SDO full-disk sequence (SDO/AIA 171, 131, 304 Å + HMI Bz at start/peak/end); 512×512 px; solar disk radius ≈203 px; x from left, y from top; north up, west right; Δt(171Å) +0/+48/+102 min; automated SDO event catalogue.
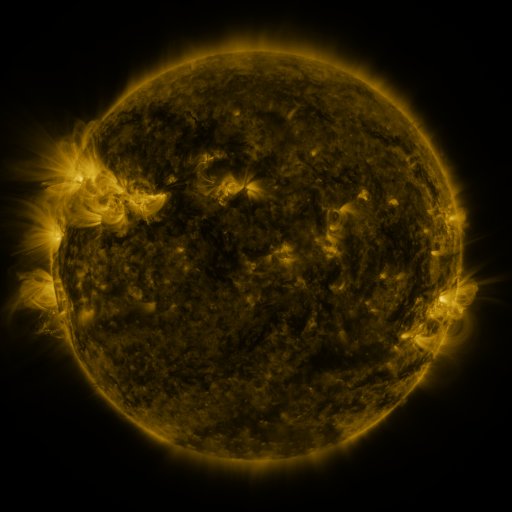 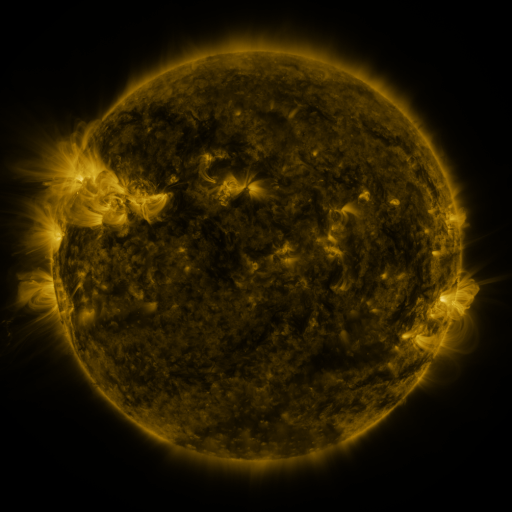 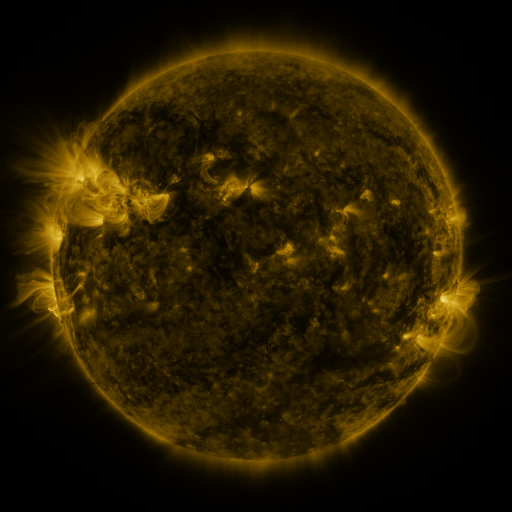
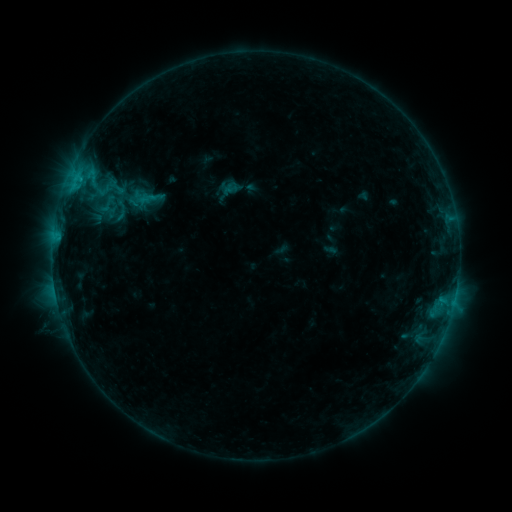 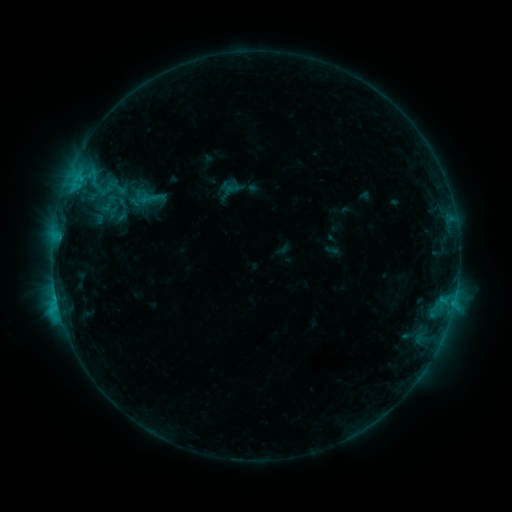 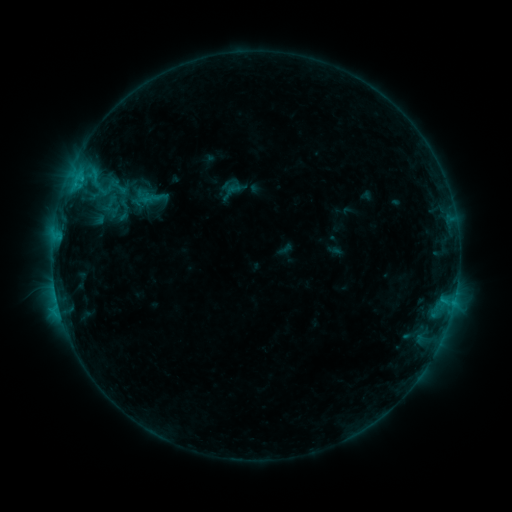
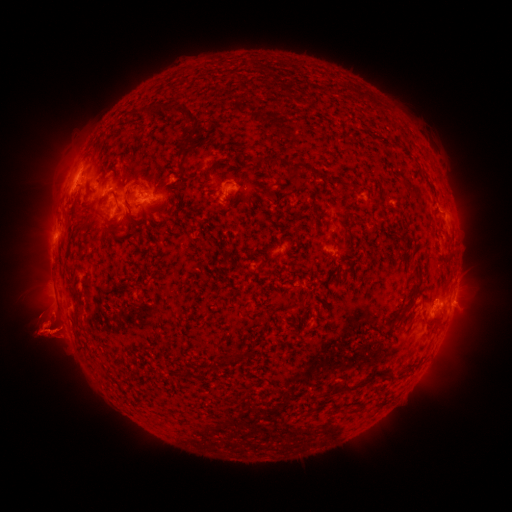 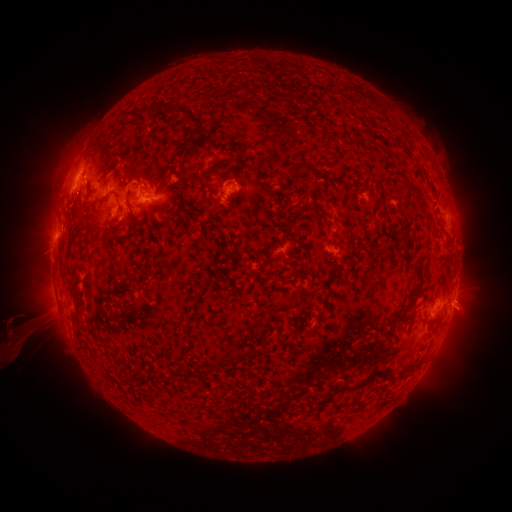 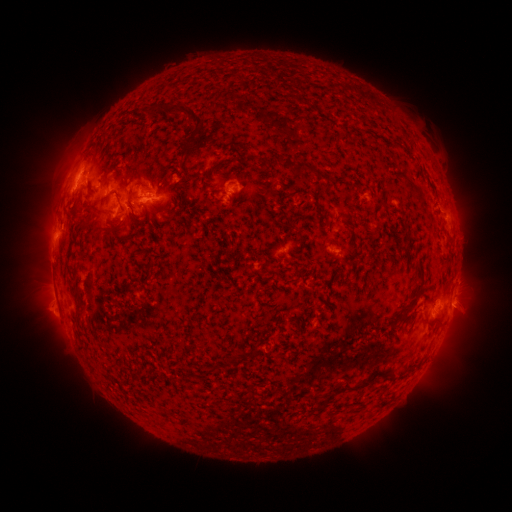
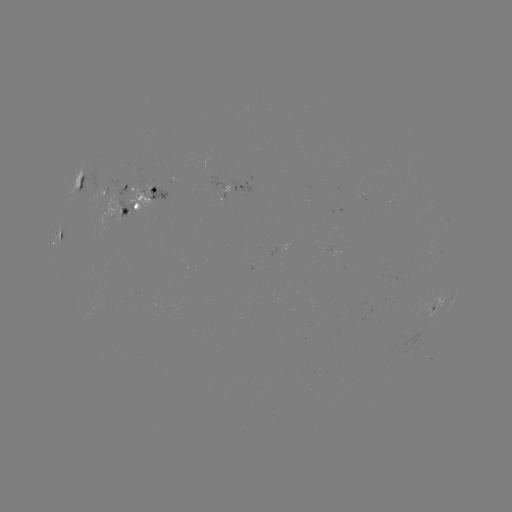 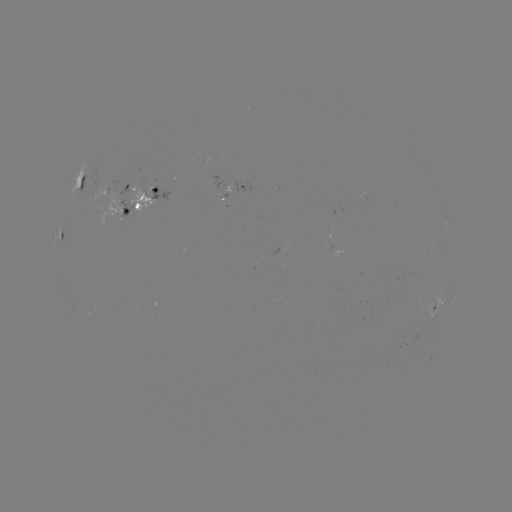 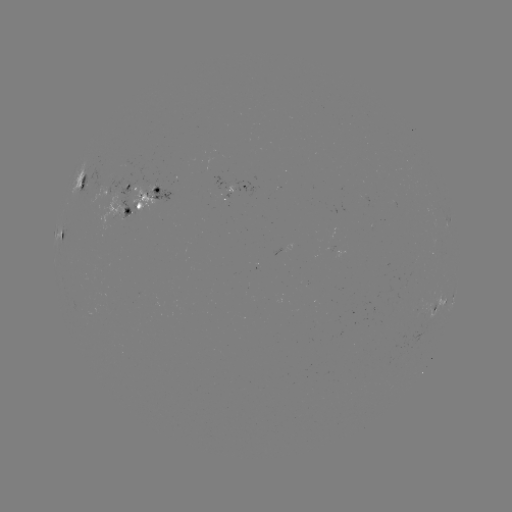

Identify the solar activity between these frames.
C2.1 flare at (75, 189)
